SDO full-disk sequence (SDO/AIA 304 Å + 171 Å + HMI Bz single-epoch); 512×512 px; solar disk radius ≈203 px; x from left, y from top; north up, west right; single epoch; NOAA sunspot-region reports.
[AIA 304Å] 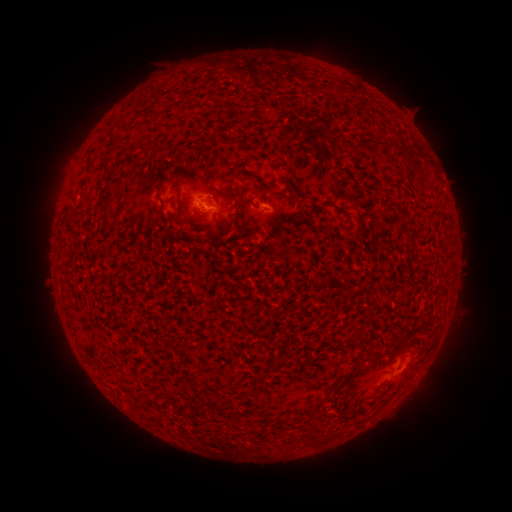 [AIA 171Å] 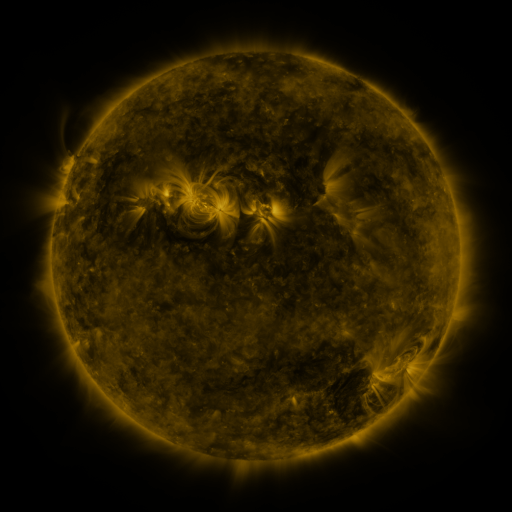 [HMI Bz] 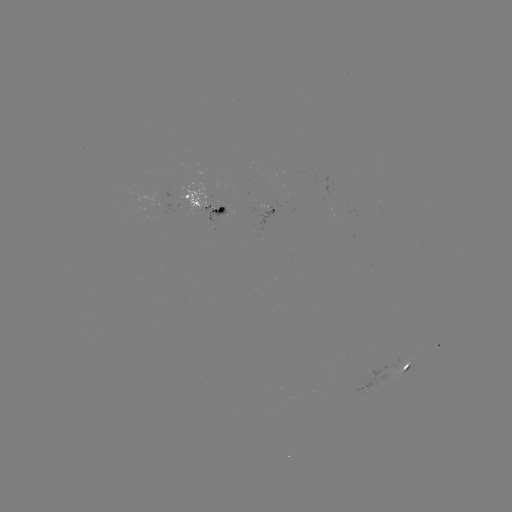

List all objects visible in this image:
spotted active region: (209, 205)
spotted active region: (272, 213)
spotted active region: (404, 371)
